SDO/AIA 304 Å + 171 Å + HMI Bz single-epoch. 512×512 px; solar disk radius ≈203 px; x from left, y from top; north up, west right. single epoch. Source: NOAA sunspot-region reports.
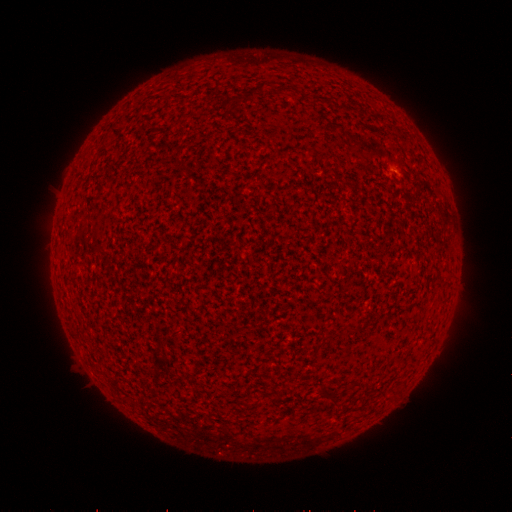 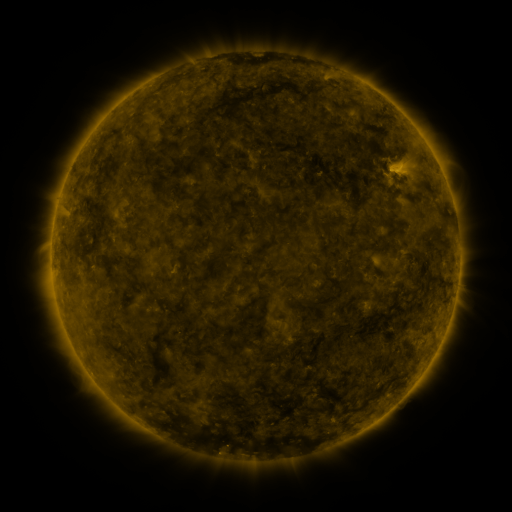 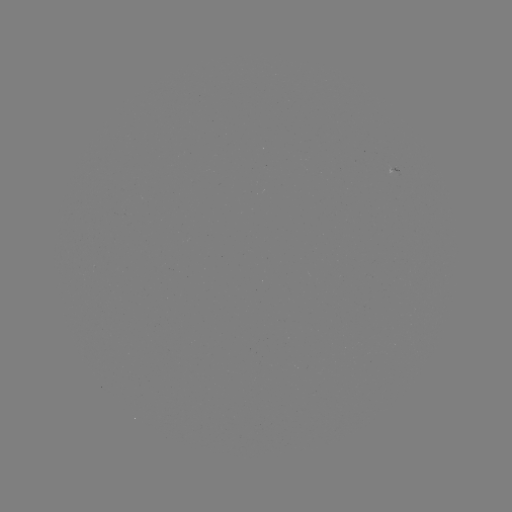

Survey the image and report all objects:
spotted active region: (395, 167)
